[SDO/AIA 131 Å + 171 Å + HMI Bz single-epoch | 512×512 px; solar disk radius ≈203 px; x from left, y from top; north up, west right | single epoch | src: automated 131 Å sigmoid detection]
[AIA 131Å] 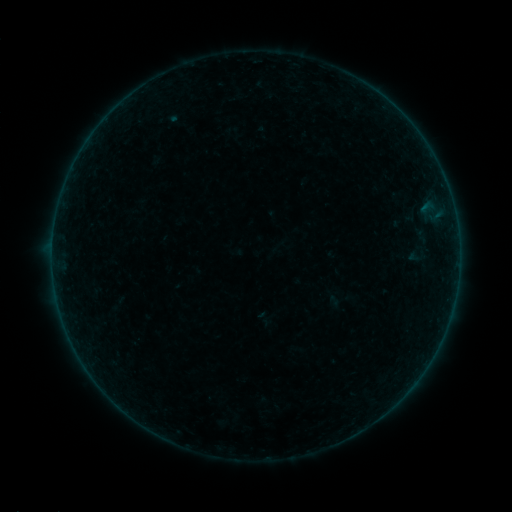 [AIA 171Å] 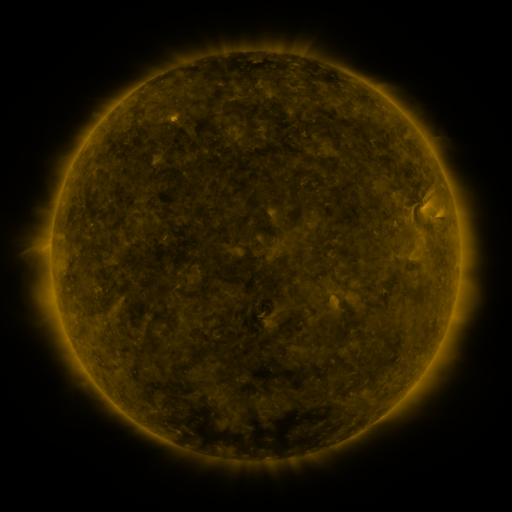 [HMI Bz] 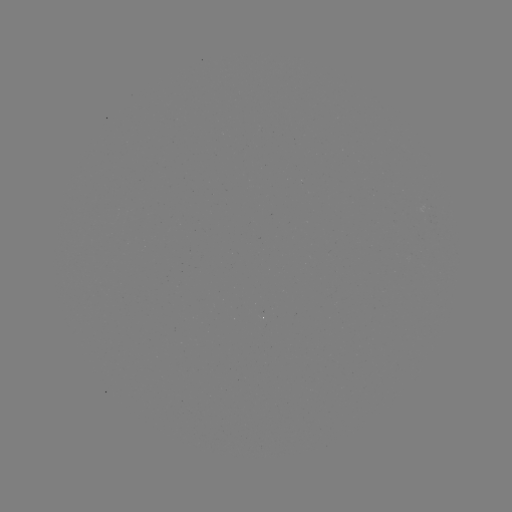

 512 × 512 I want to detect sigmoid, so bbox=[399, 200, 424, 226].